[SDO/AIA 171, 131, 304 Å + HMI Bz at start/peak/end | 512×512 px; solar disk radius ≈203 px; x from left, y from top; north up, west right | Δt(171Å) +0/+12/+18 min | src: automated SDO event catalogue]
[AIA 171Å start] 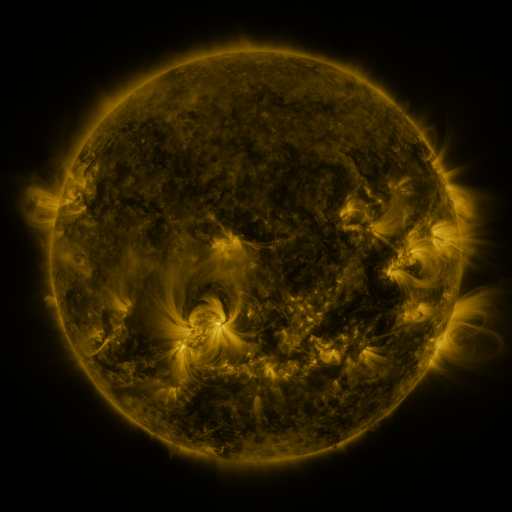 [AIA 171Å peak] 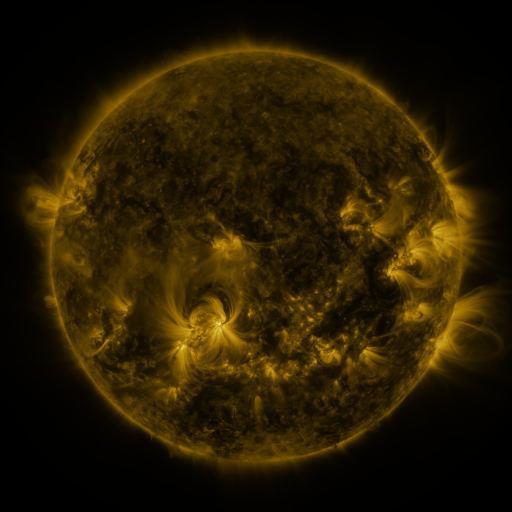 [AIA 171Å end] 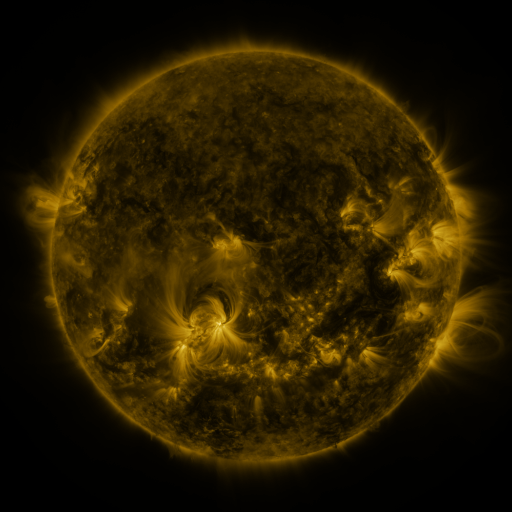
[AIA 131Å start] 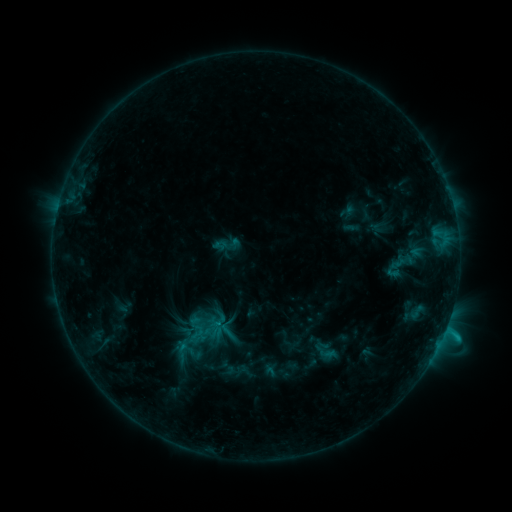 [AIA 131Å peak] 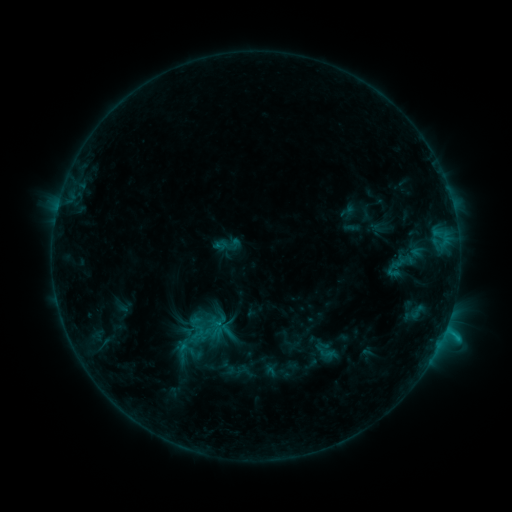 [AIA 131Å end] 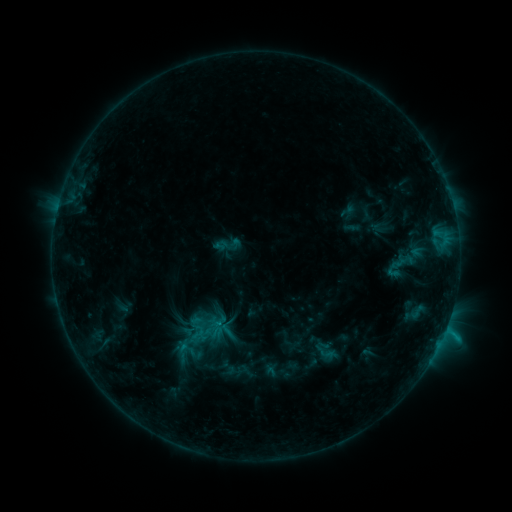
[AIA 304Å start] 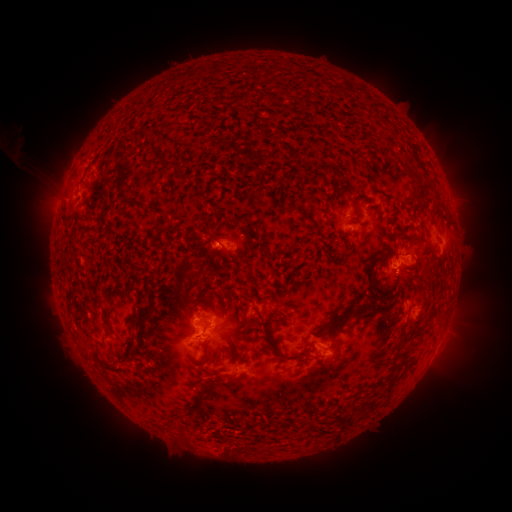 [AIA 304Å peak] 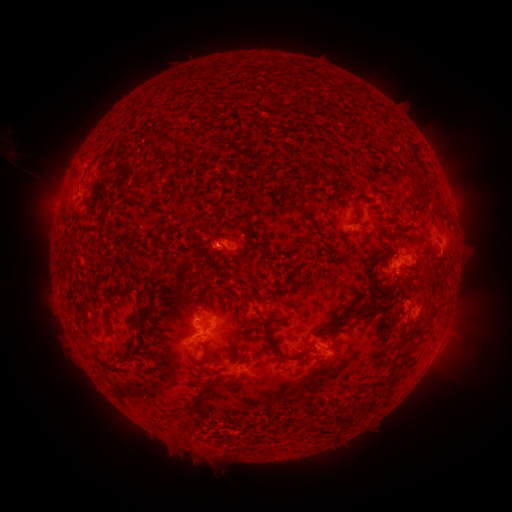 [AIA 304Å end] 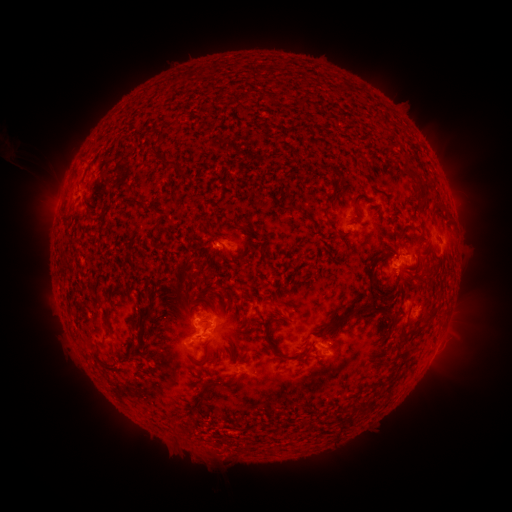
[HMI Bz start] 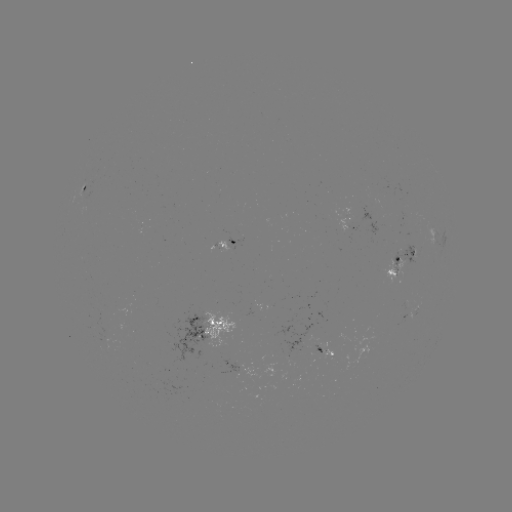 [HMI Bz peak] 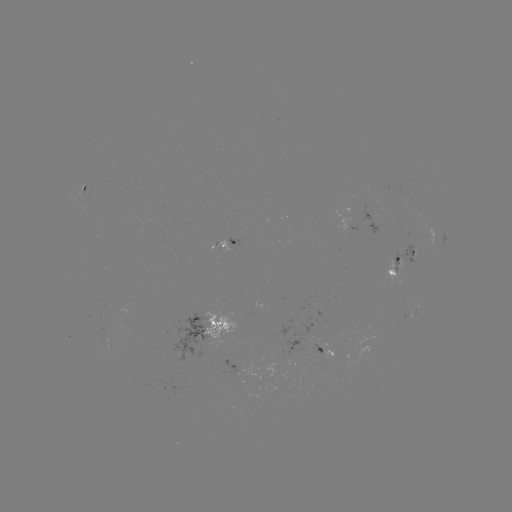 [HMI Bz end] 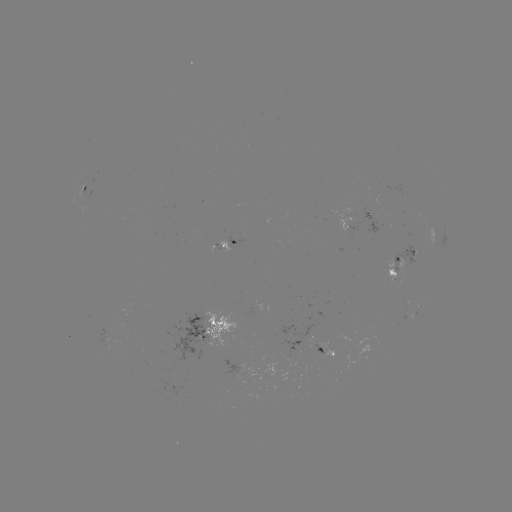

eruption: <bbox>191, 438, 246, 484</bbox>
